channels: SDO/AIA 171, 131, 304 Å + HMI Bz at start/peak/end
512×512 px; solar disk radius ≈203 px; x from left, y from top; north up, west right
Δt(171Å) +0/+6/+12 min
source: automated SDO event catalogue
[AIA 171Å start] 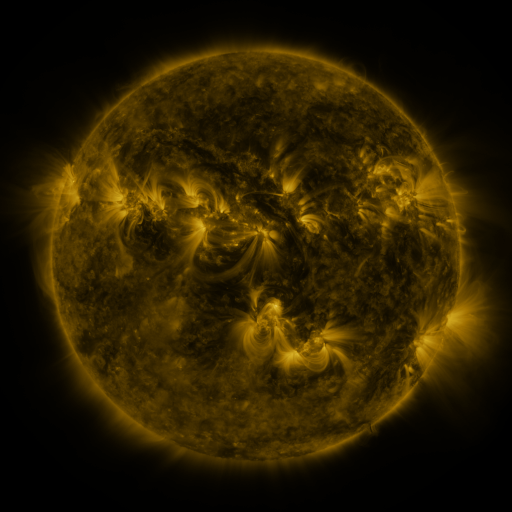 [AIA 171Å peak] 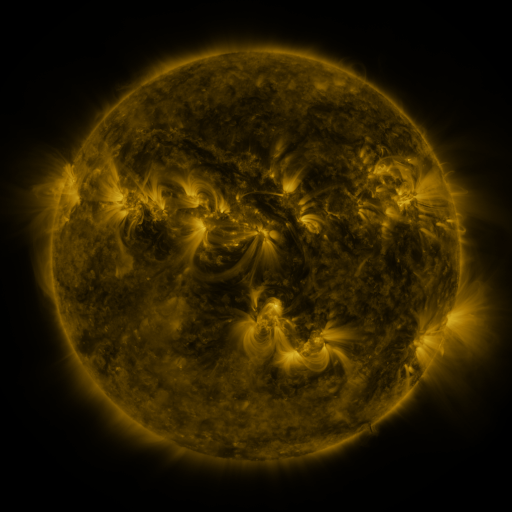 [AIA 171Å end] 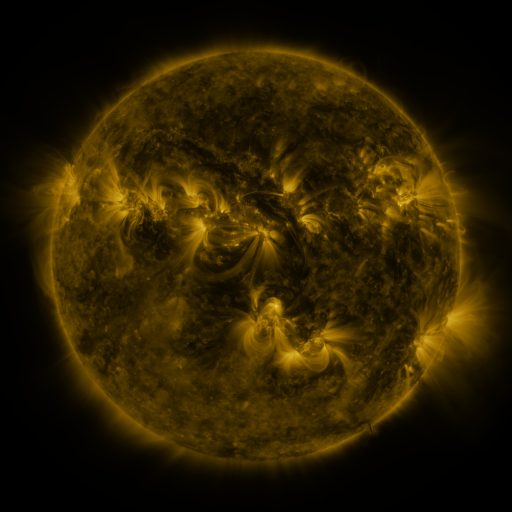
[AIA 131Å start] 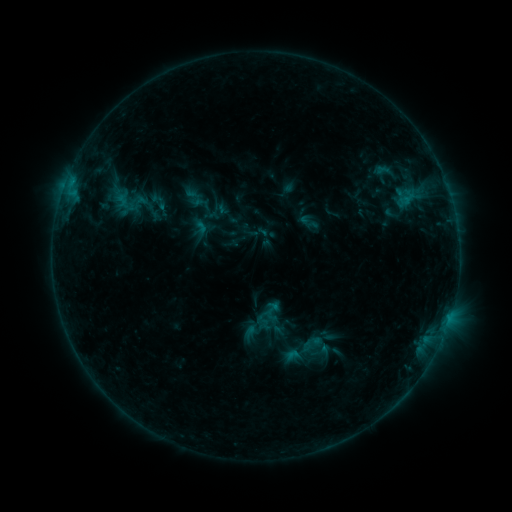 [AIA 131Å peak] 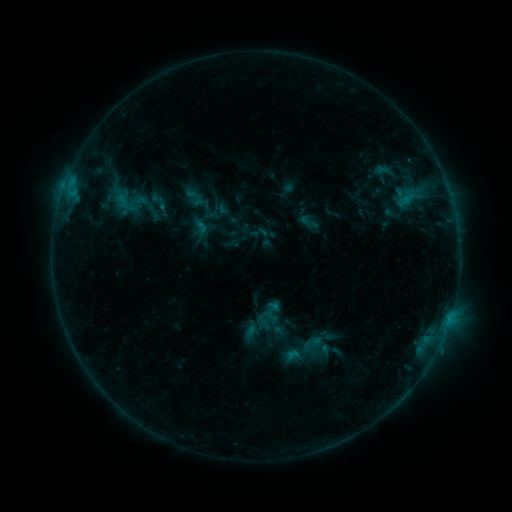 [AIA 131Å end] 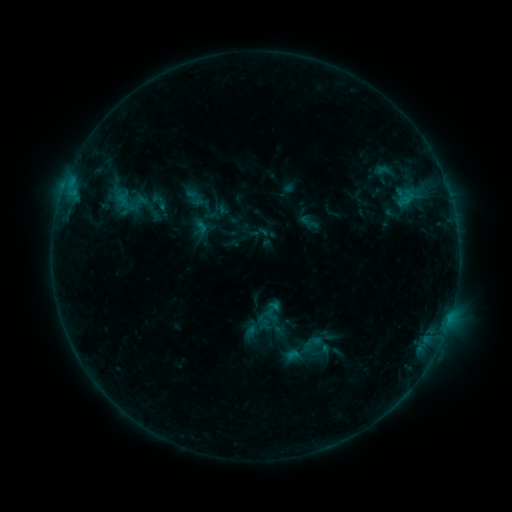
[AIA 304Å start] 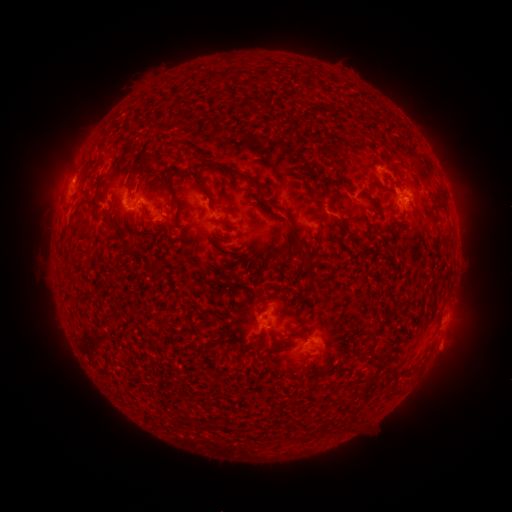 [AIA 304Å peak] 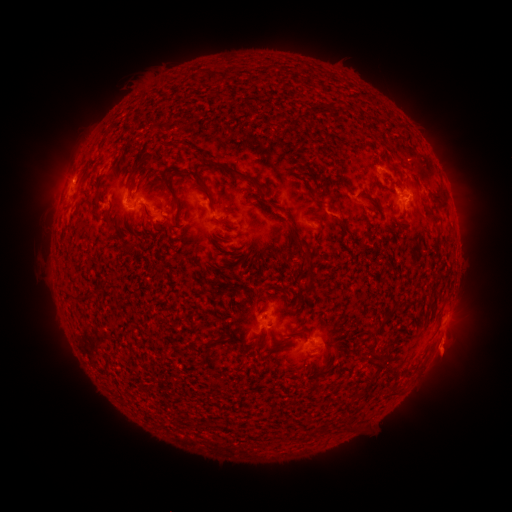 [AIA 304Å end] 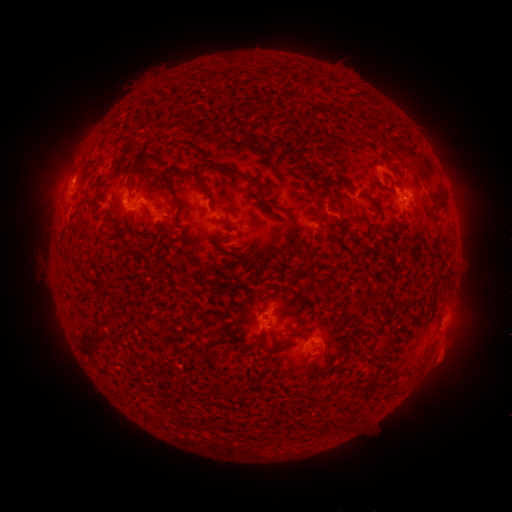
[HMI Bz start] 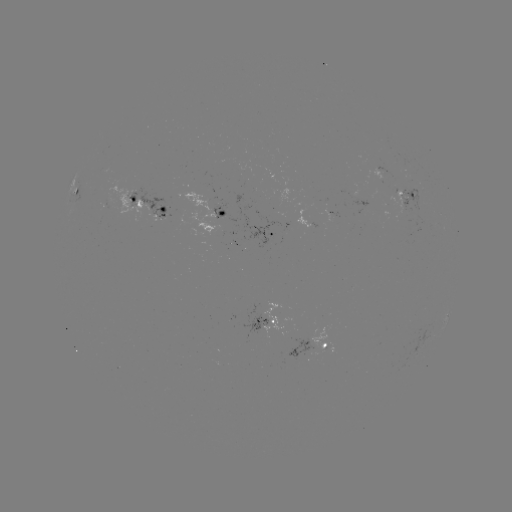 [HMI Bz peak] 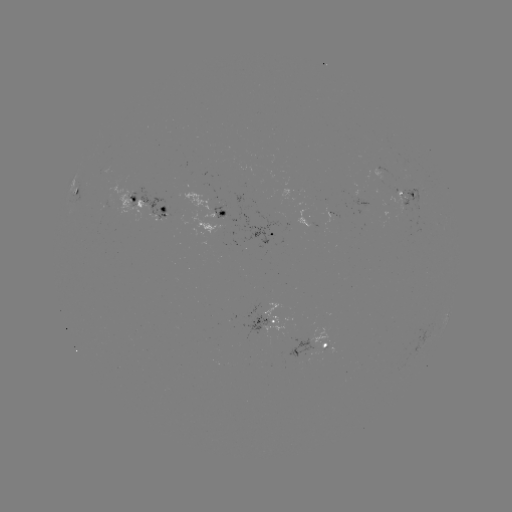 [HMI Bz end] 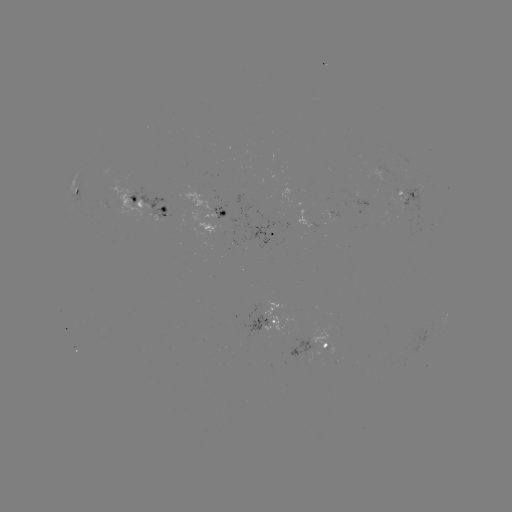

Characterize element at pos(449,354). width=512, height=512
eruption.